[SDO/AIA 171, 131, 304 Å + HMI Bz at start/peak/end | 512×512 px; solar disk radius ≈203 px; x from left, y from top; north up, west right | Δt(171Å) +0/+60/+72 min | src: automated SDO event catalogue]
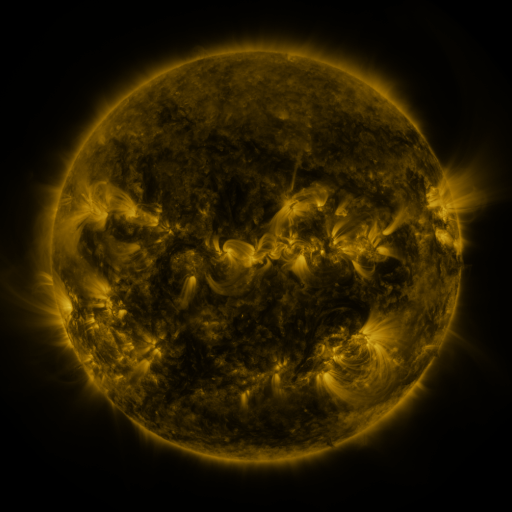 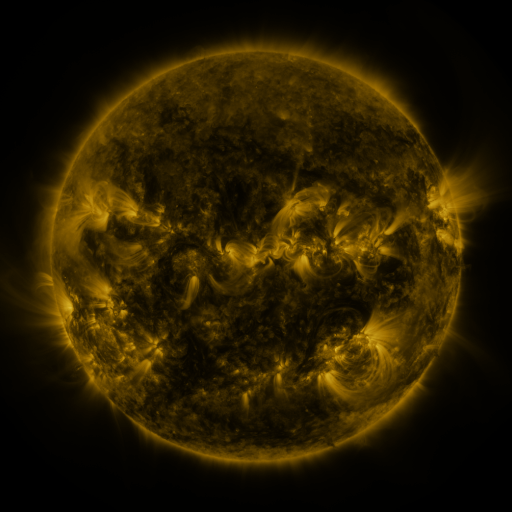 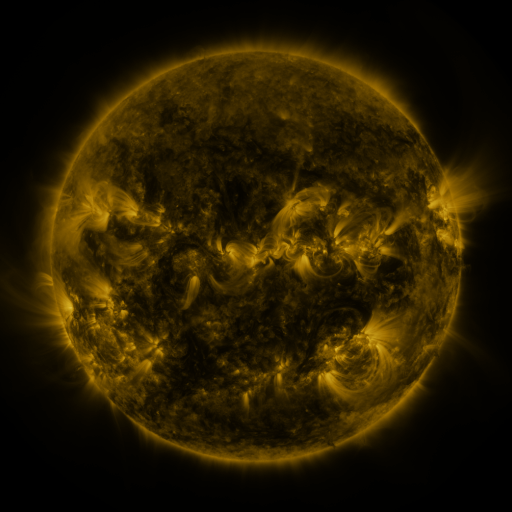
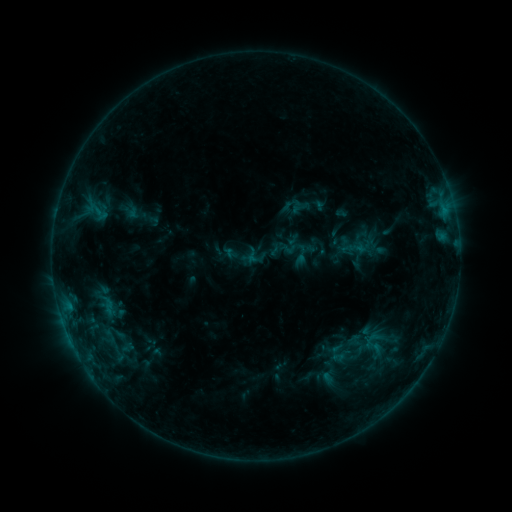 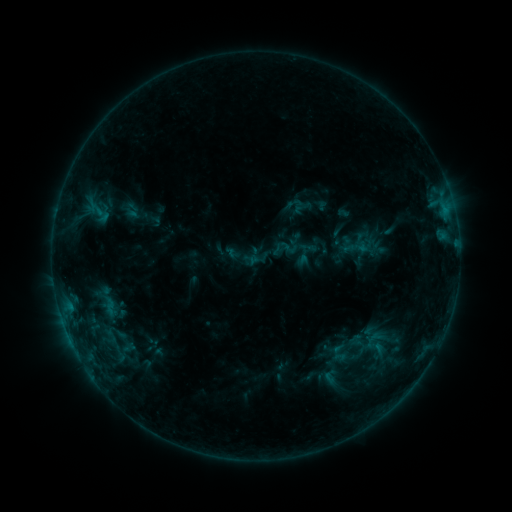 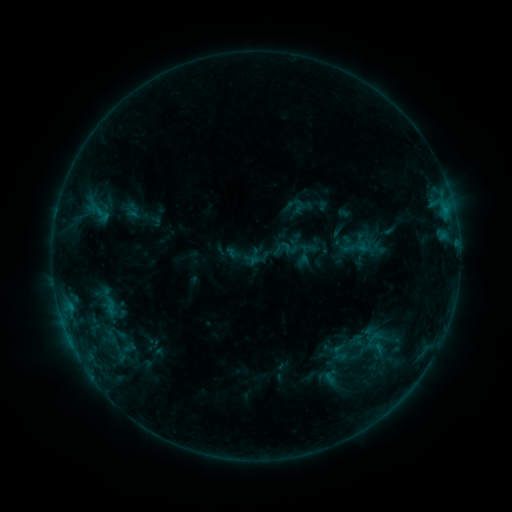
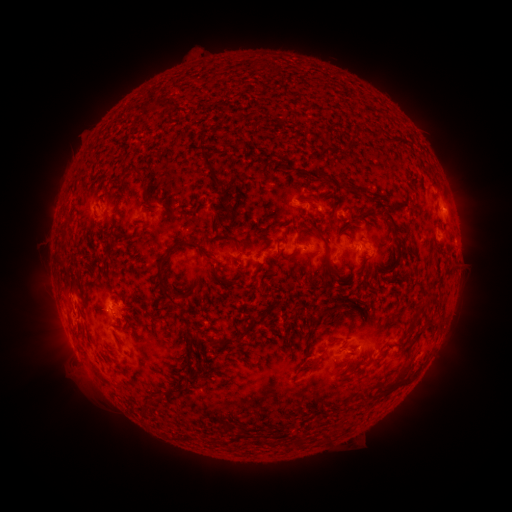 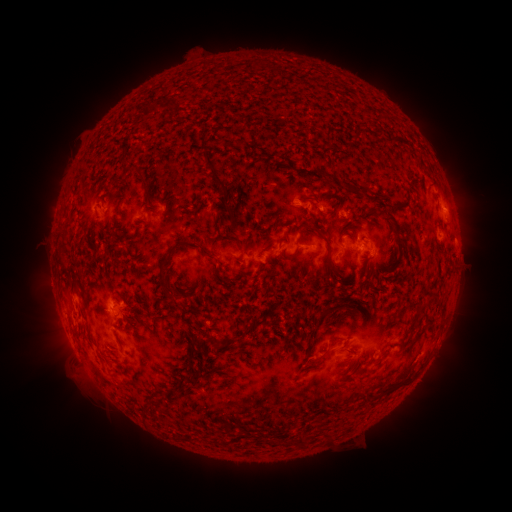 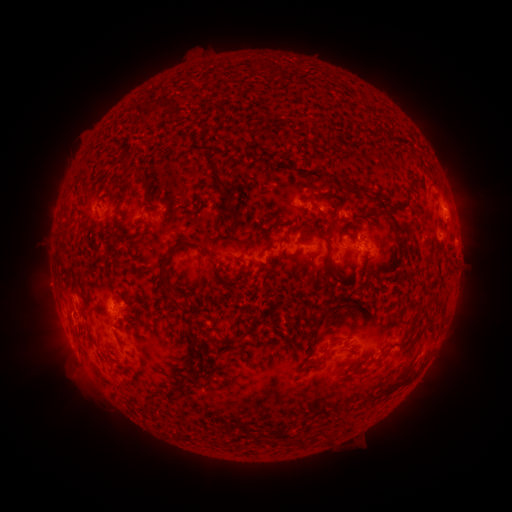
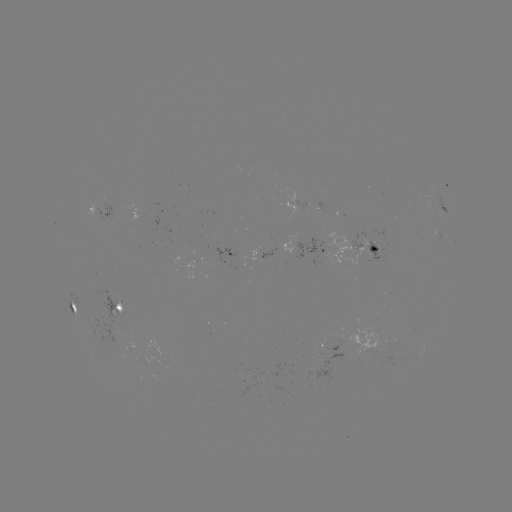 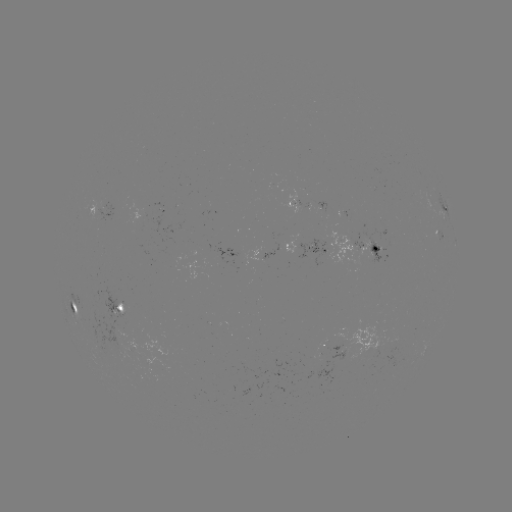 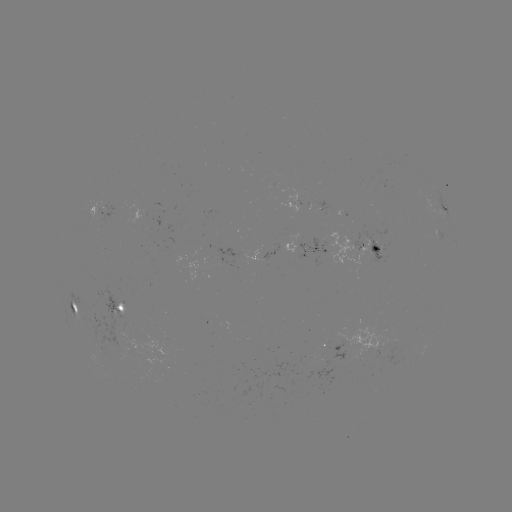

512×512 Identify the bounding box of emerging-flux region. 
[152, 203, 163, 210].